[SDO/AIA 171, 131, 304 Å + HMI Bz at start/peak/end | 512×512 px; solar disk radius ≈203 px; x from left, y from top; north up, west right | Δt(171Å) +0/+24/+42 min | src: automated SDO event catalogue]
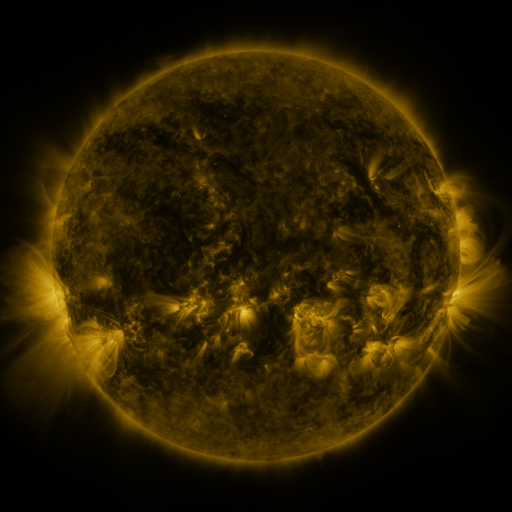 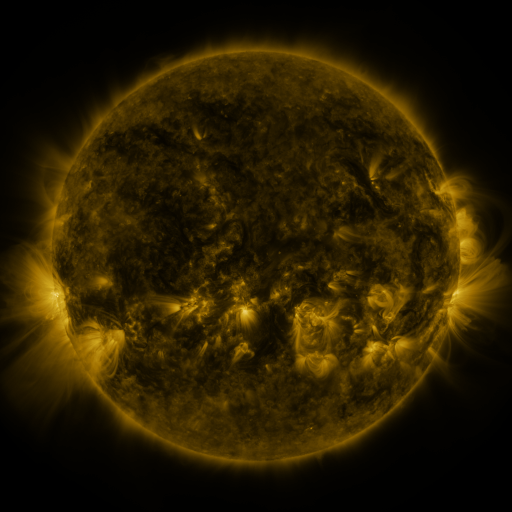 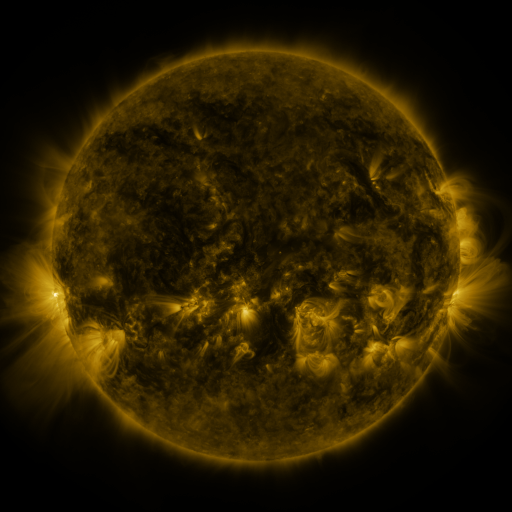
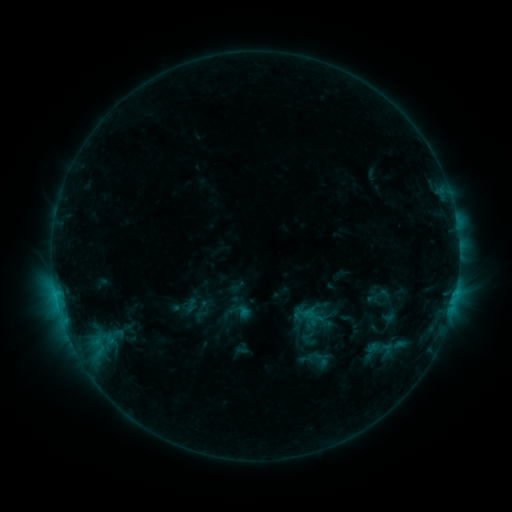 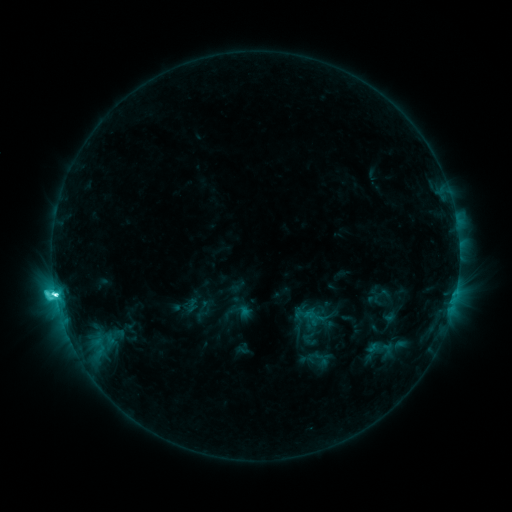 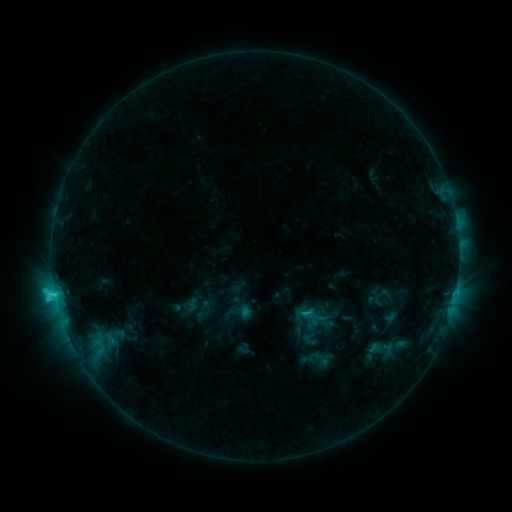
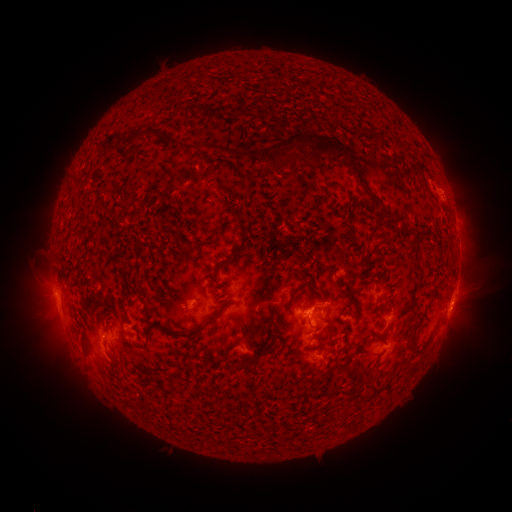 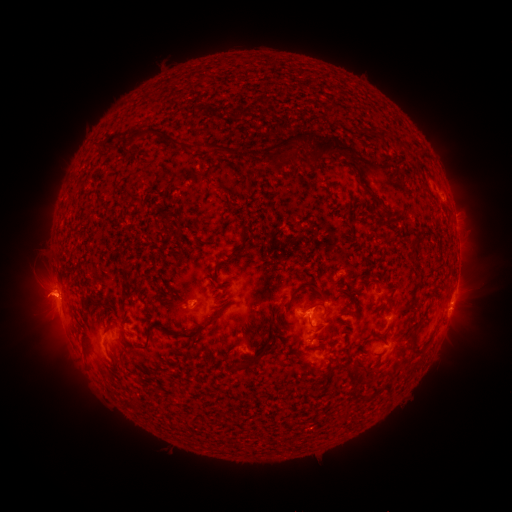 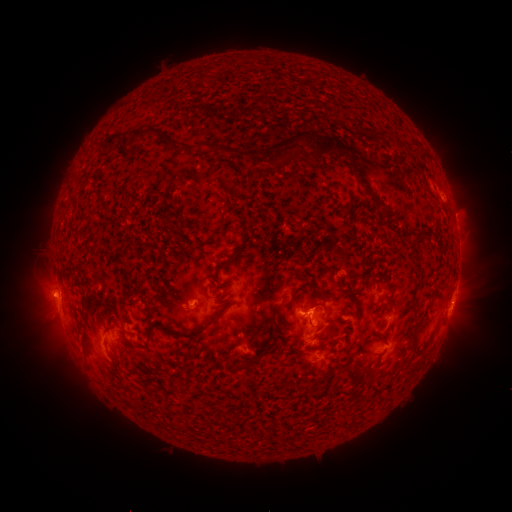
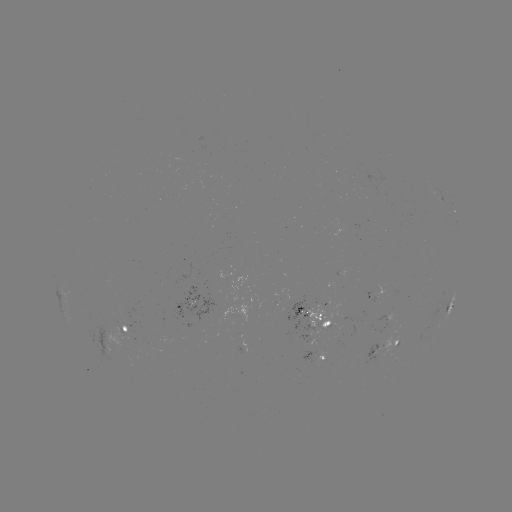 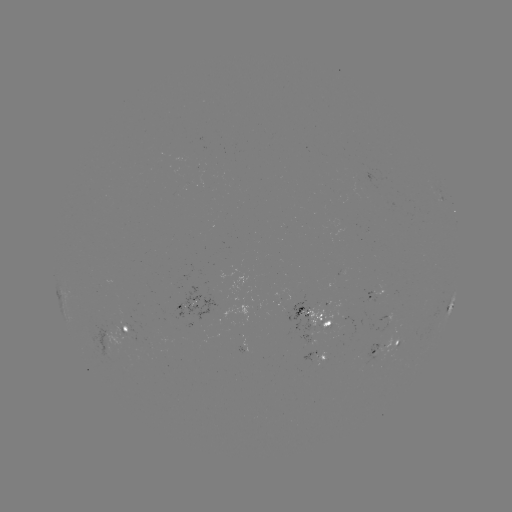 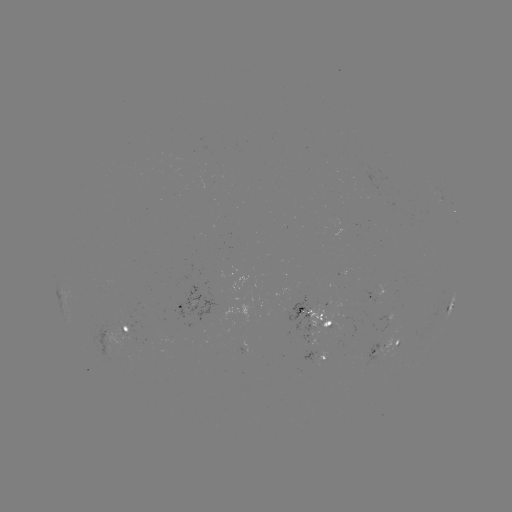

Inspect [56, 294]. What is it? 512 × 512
C6.2 flare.